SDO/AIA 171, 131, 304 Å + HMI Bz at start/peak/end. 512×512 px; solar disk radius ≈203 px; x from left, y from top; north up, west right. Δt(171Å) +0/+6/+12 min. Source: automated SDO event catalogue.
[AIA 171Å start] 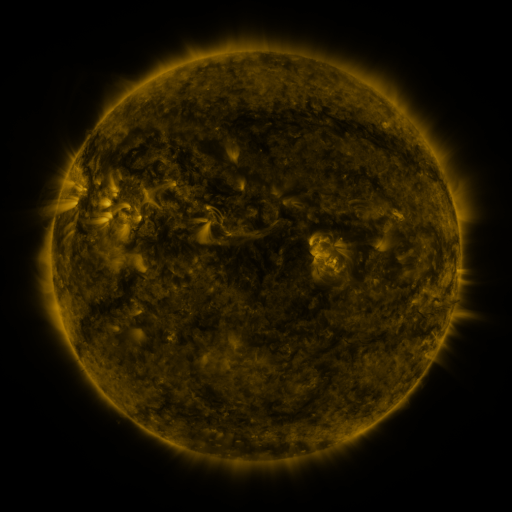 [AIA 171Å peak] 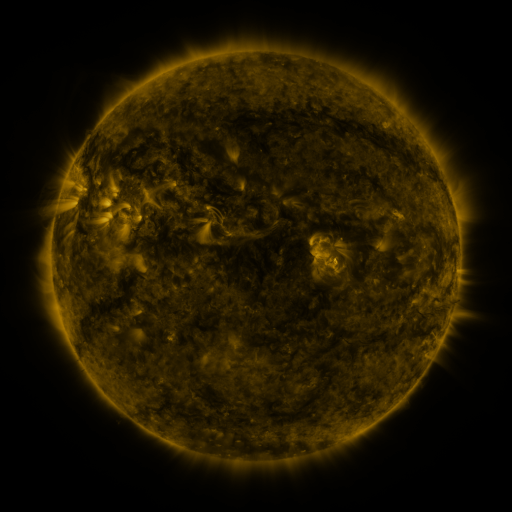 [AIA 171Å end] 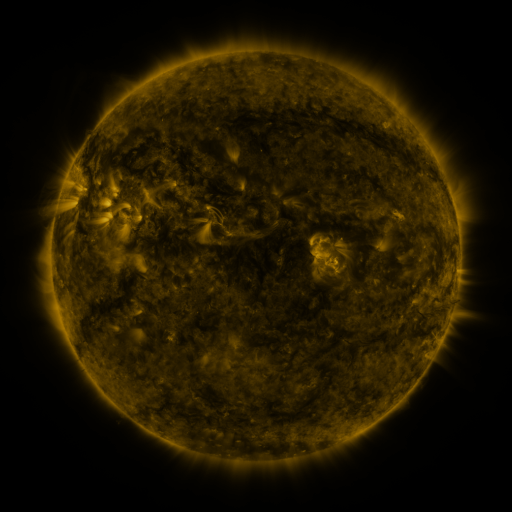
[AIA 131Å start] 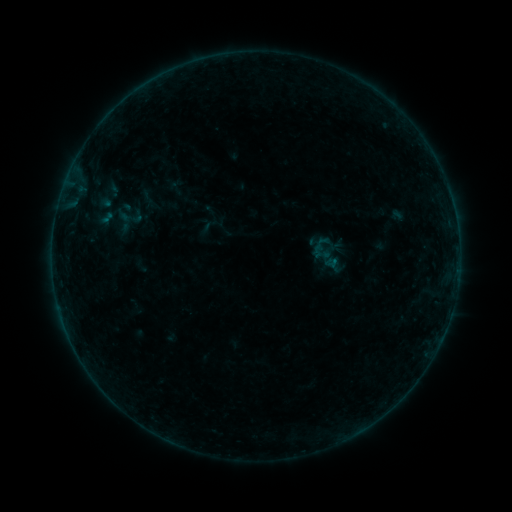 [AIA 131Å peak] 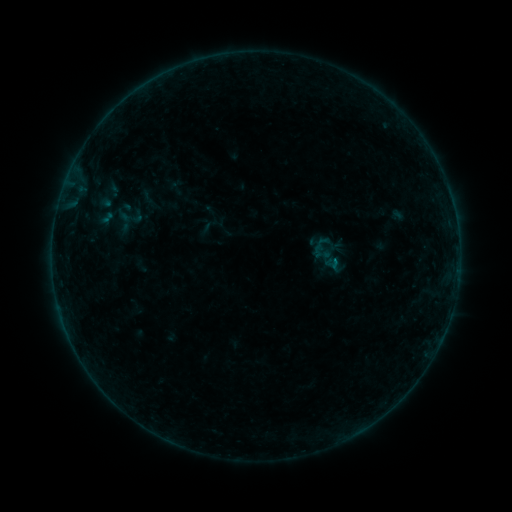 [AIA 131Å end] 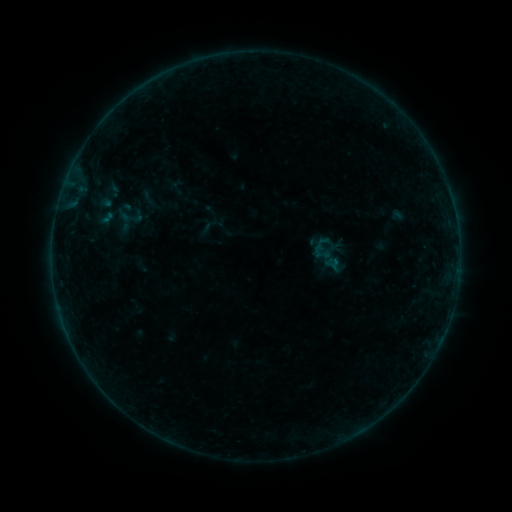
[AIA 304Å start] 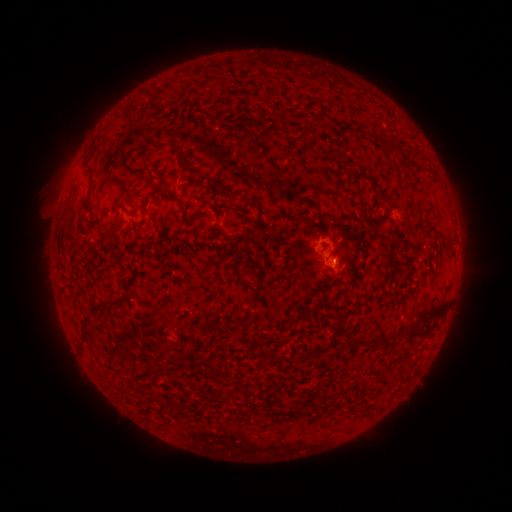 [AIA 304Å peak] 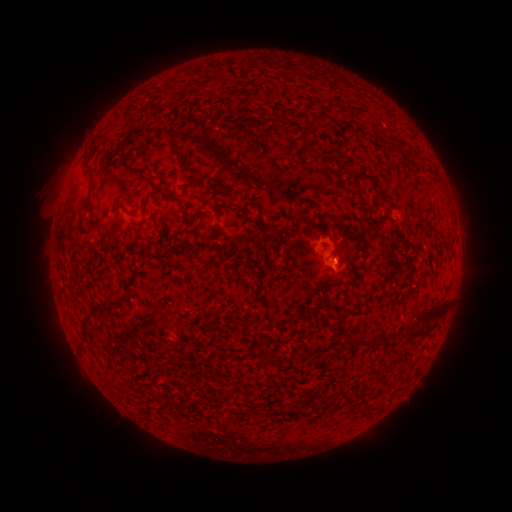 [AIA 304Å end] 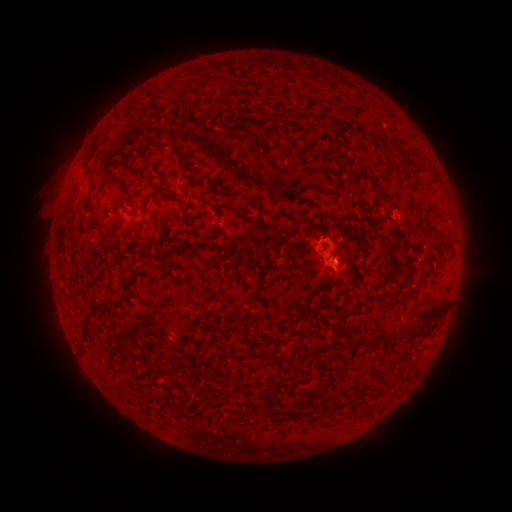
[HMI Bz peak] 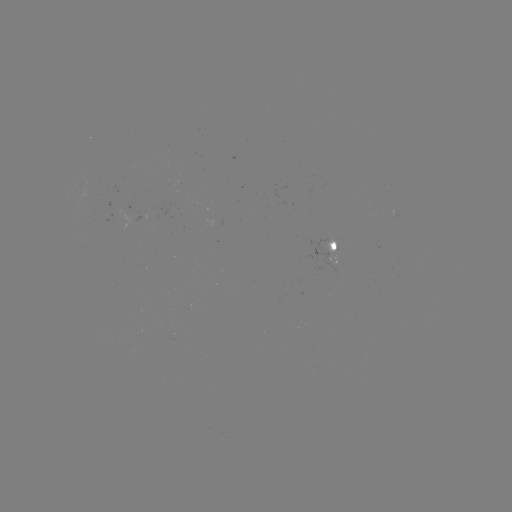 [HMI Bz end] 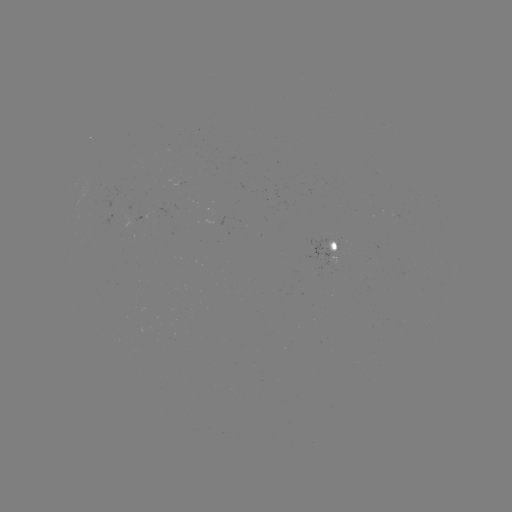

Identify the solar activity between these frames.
B1.3 flare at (335, 259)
